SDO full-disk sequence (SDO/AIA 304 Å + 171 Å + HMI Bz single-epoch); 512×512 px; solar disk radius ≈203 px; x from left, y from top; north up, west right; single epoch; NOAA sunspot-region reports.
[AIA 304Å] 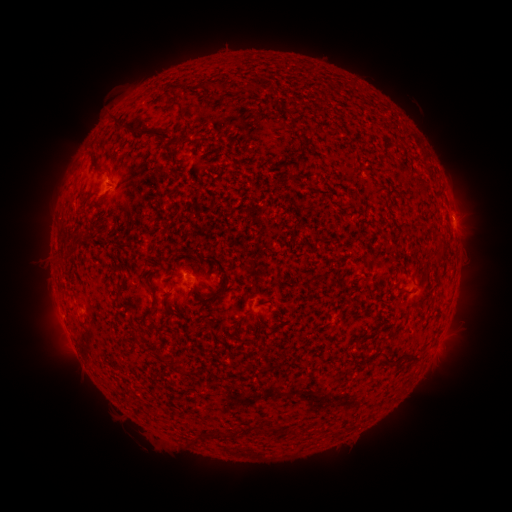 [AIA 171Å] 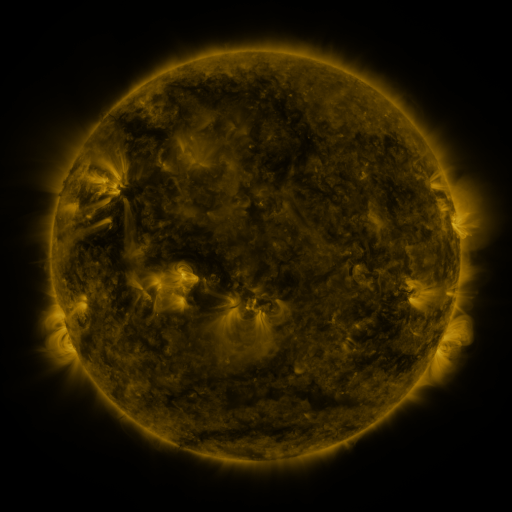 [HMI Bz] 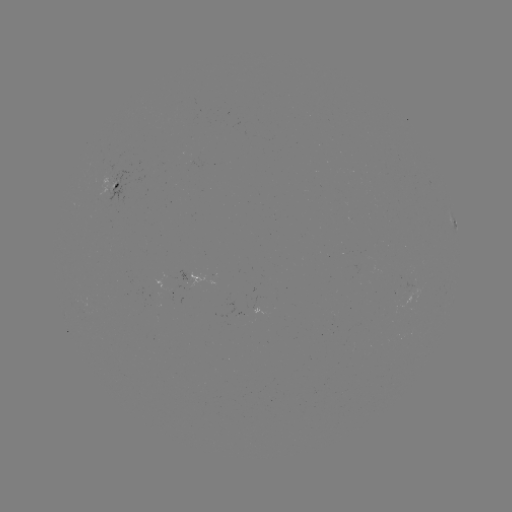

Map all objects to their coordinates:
spotted active region: (117, 183)
spotted active region: (449, 221)
spotted active region: (184, 275)
spotted active region: (438, 345)
